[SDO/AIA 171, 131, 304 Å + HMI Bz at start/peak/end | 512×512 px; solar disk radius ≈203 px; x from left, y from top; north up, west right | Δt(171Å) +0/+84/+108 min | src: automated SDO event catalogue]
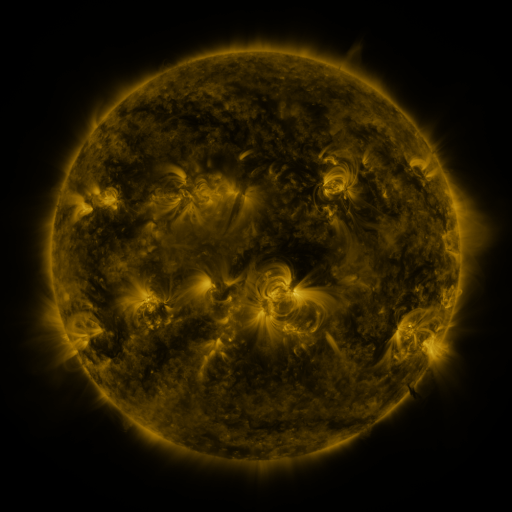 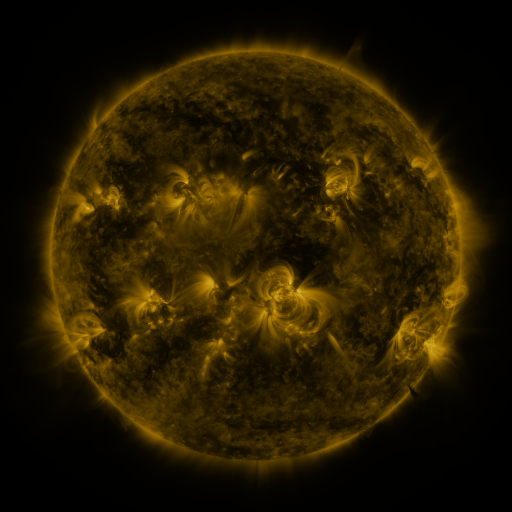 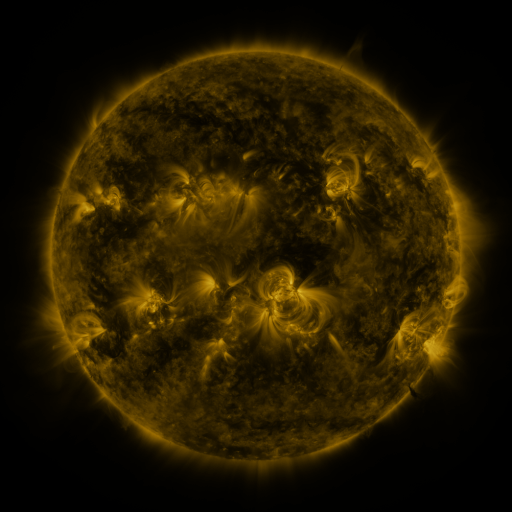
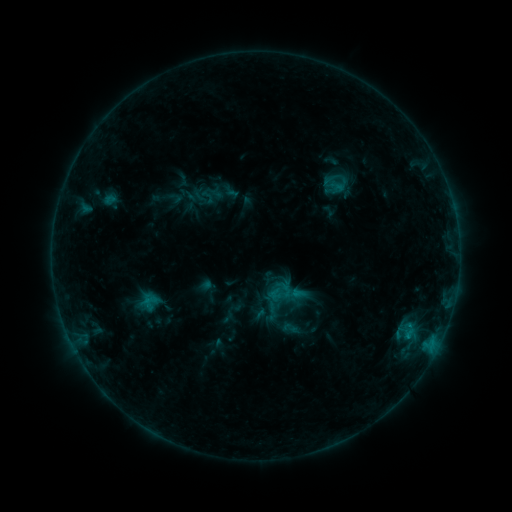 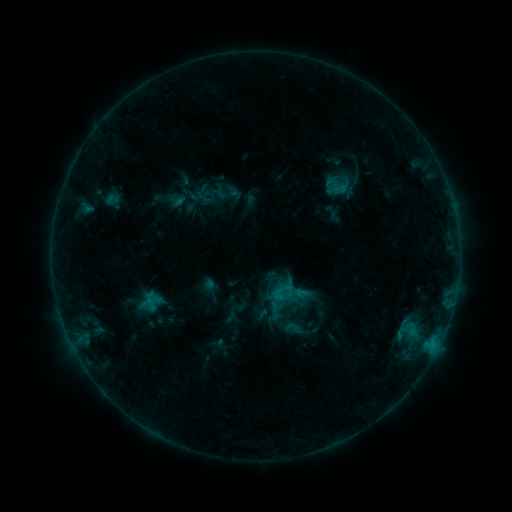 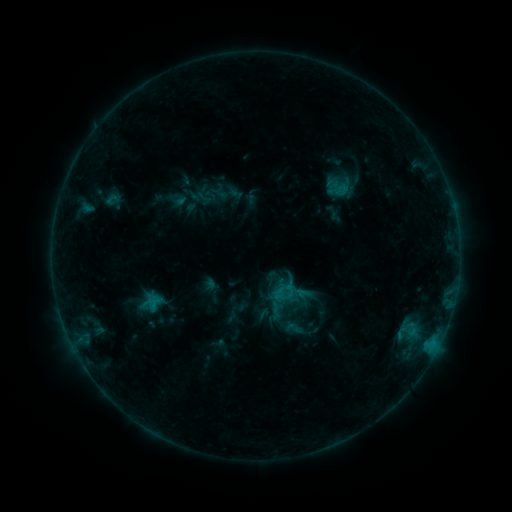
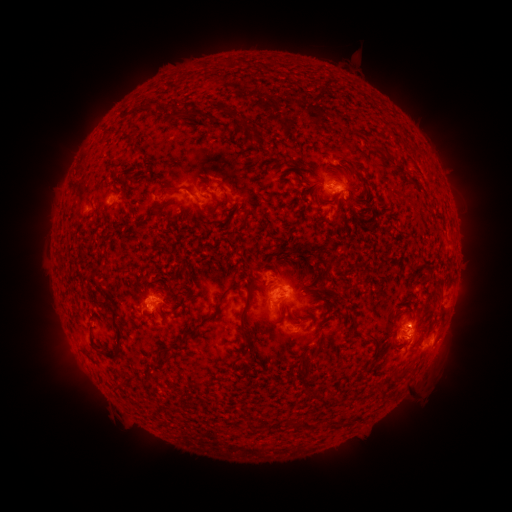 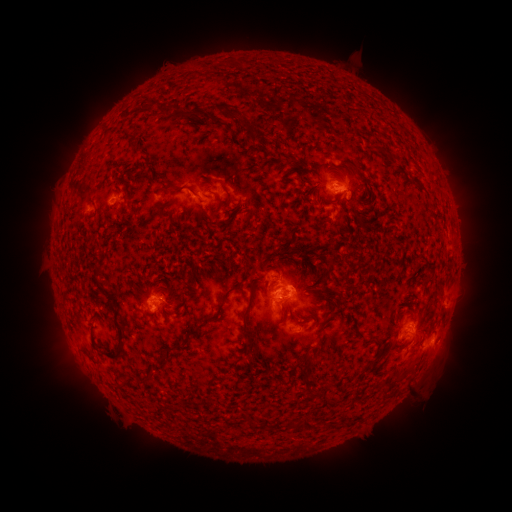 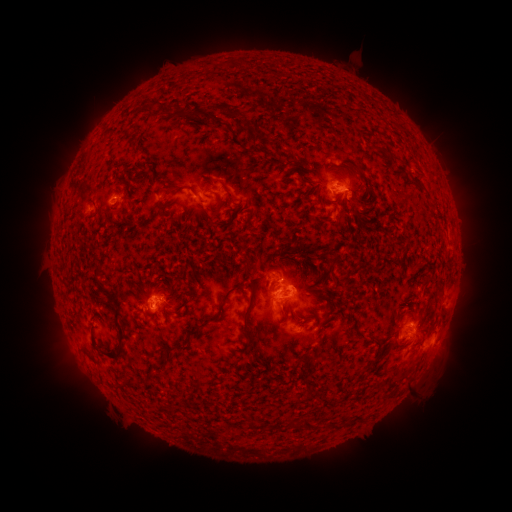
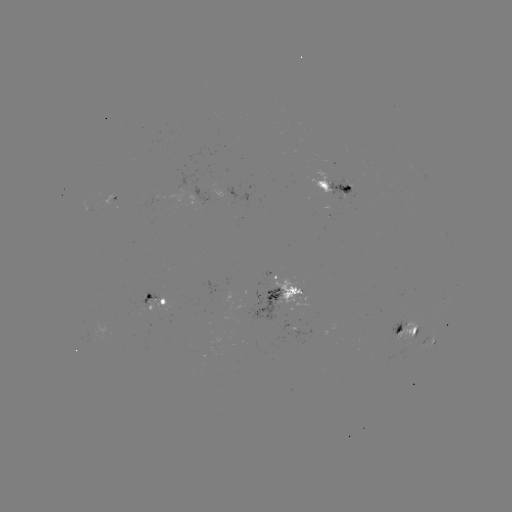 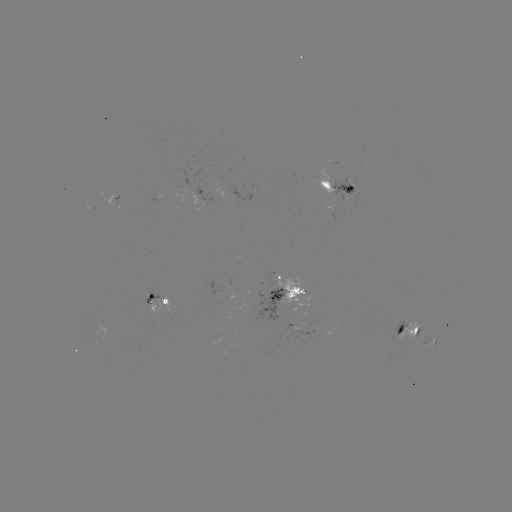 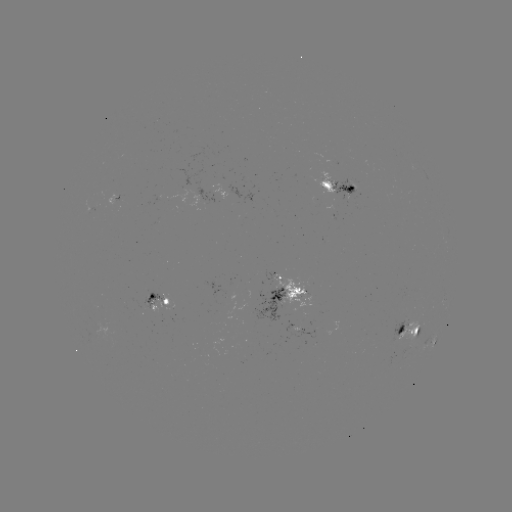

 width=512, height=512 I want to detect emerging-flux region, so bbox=[139, 291, 165, 308].